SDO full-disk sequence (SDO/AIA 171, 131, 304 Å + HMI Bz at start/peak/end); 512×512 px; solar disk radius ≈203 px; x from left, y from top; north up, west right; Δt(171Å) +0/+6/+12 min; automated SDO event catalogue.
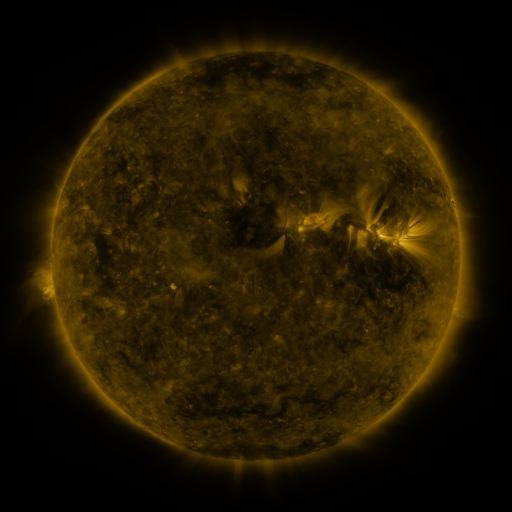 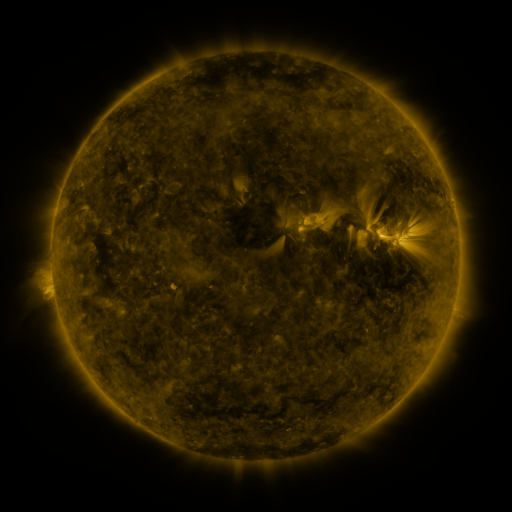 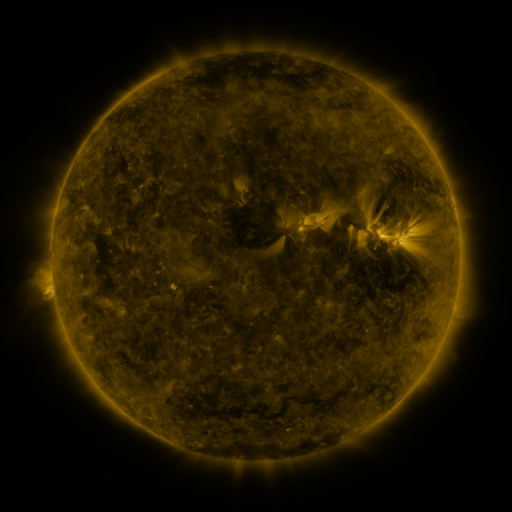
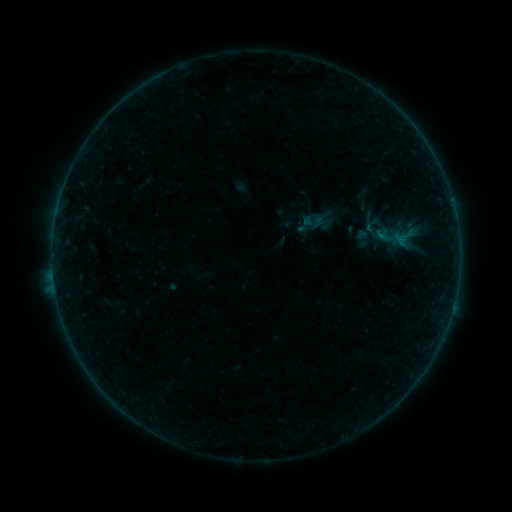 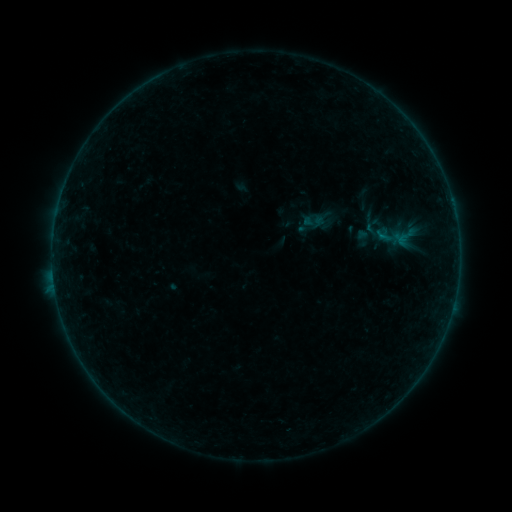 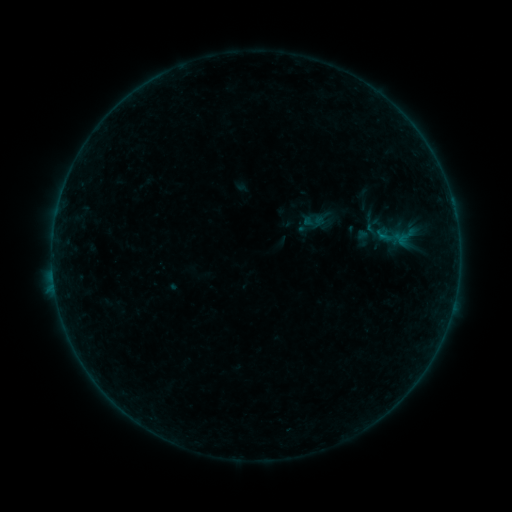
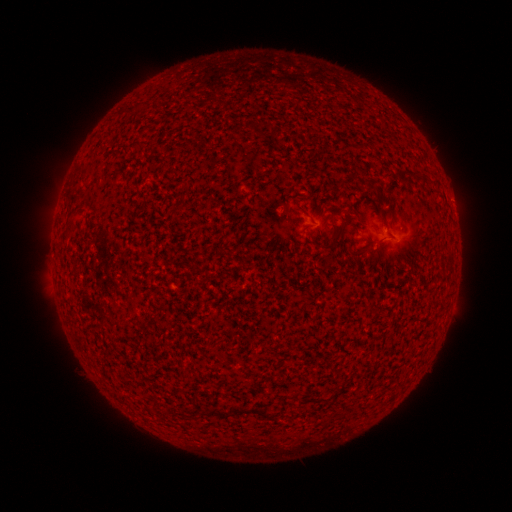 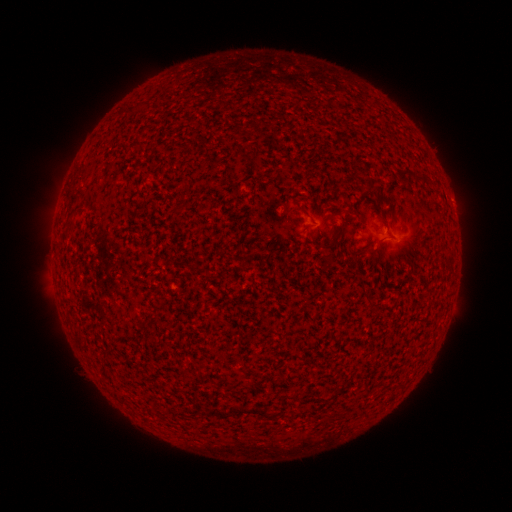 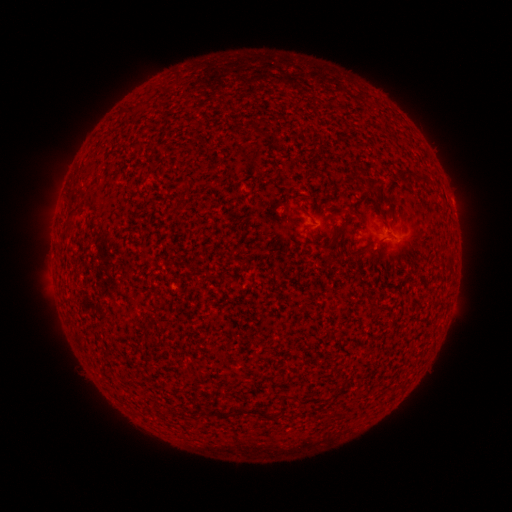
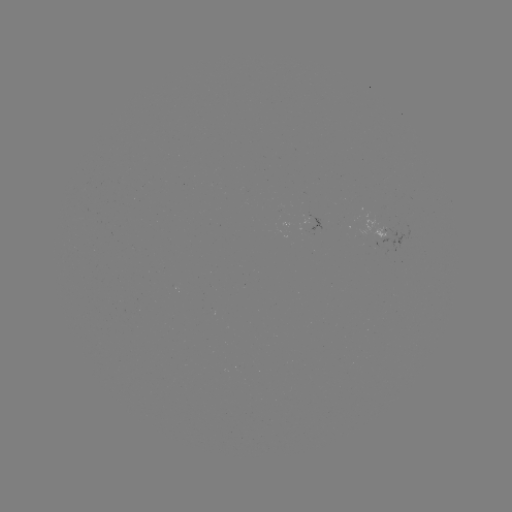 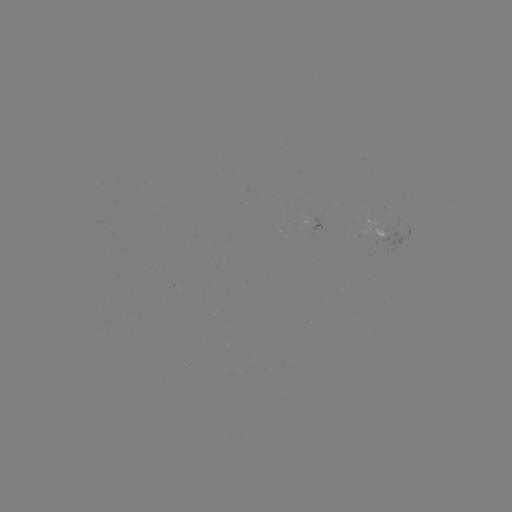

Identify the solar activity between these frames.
no classed flare was catalogued and no EUV brightening was flagged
